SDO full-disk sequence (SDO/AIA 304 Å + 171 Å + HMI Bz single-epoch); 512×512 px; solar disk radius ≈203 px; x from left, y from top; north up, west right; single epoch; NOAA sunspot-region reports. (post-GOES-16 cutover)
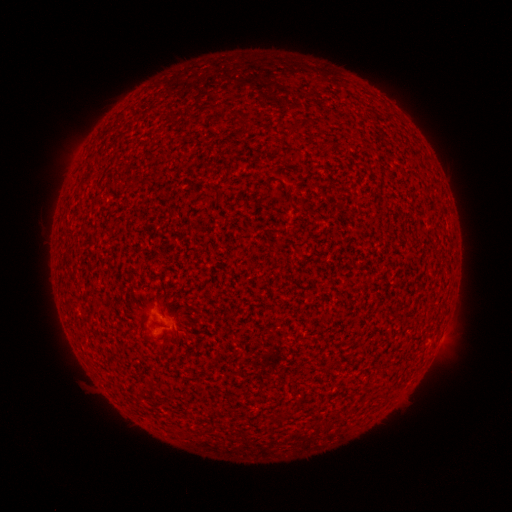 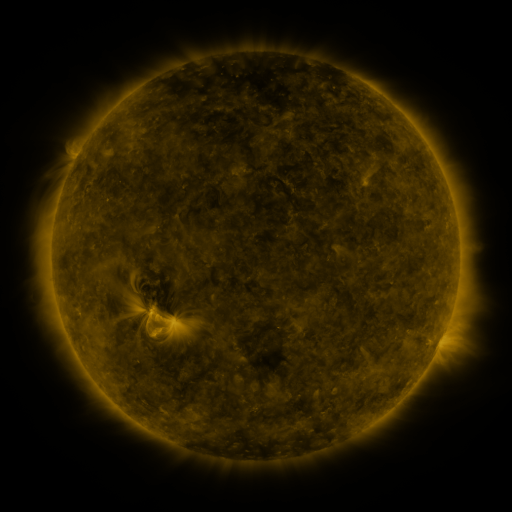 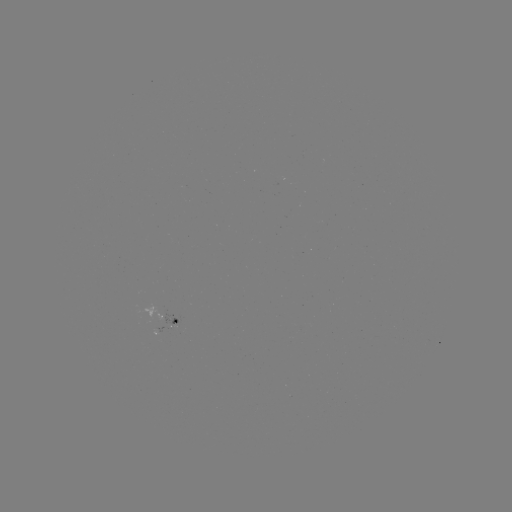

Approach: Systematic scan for spotted active region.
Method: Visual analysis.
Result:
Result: spotted active region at (162, 318).